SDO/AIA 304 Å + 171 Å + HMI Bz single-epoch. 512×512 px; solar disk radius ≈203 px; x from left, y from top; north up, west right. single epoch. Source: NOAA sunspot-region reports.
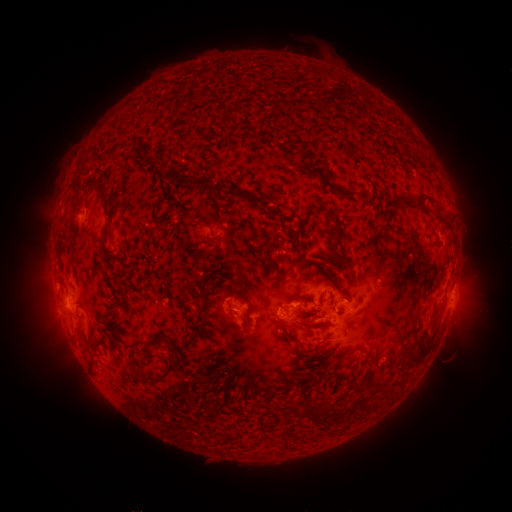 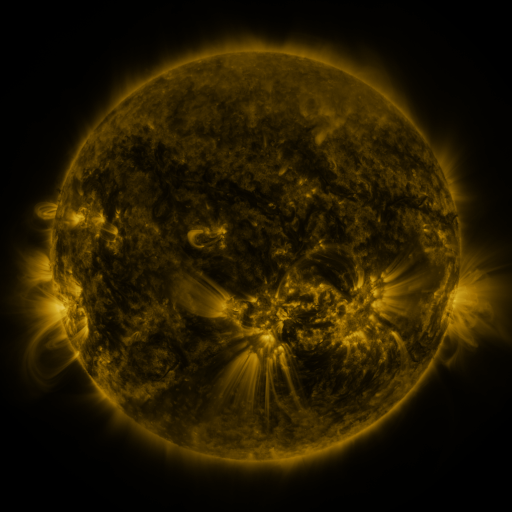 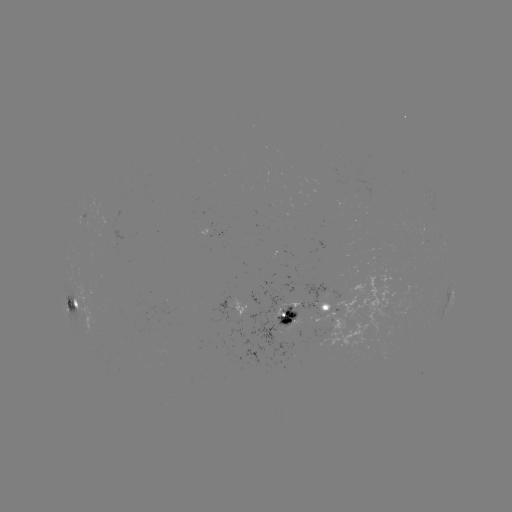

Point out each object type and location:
spotted active region: (220, 231)
spotted active region: (453, 295)
spotted active region: (72, 304)
spotted active region: (235, 305)
spotted active region: (310, 319)
